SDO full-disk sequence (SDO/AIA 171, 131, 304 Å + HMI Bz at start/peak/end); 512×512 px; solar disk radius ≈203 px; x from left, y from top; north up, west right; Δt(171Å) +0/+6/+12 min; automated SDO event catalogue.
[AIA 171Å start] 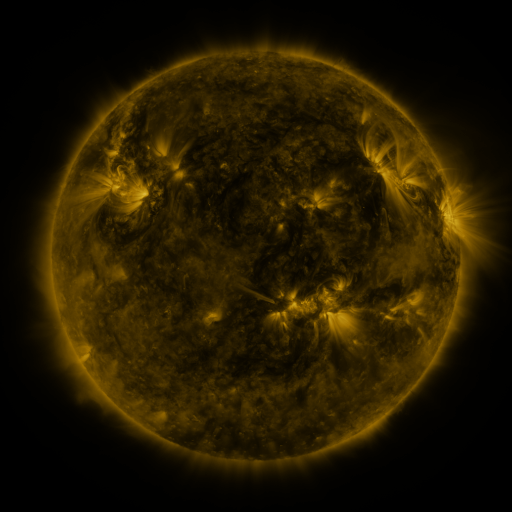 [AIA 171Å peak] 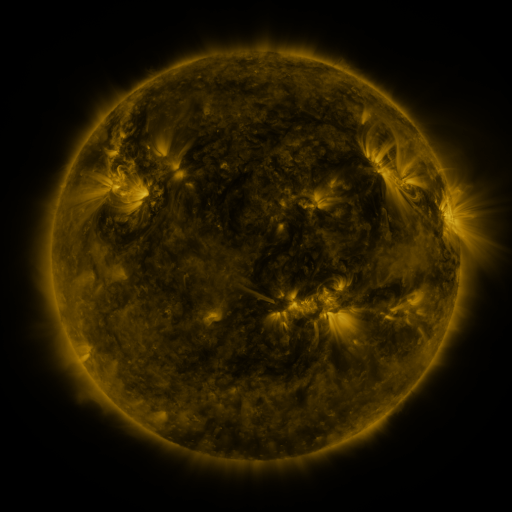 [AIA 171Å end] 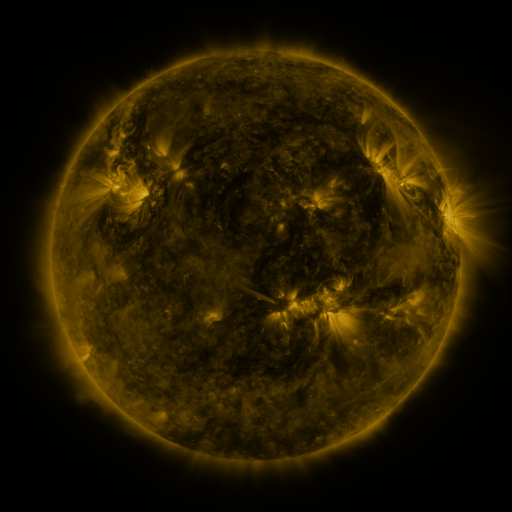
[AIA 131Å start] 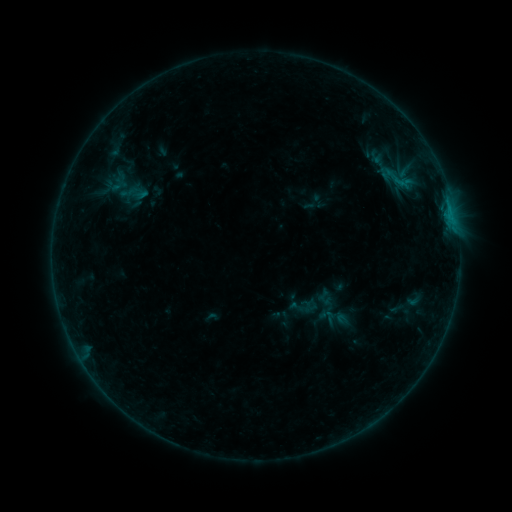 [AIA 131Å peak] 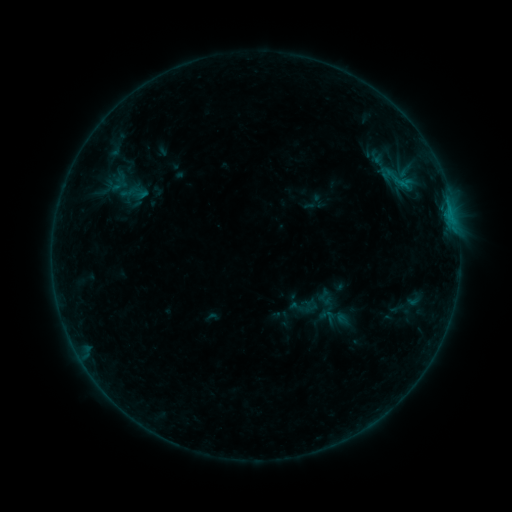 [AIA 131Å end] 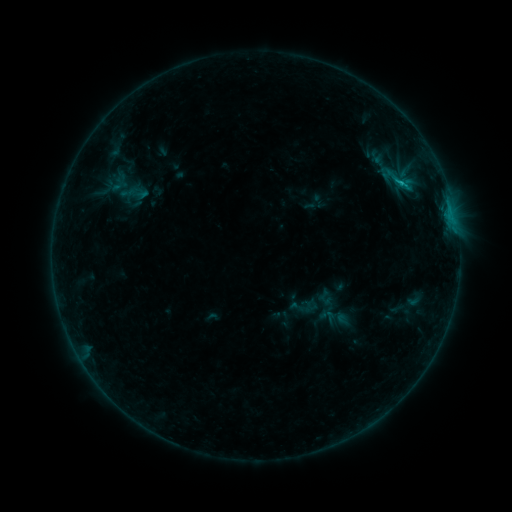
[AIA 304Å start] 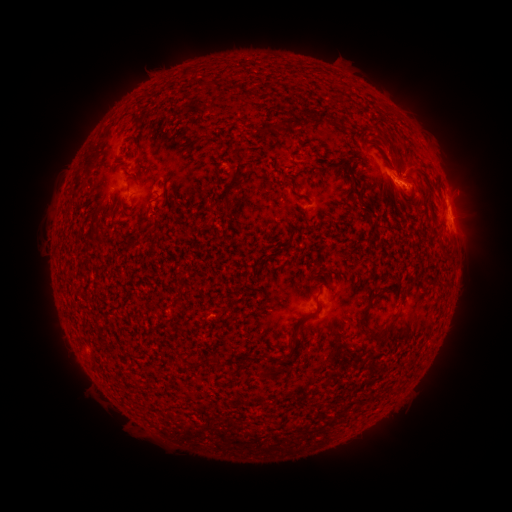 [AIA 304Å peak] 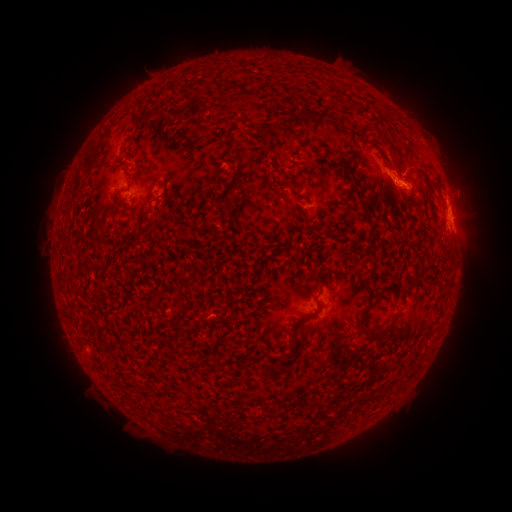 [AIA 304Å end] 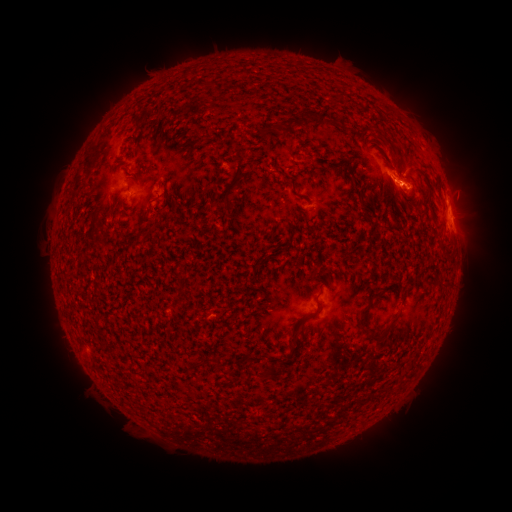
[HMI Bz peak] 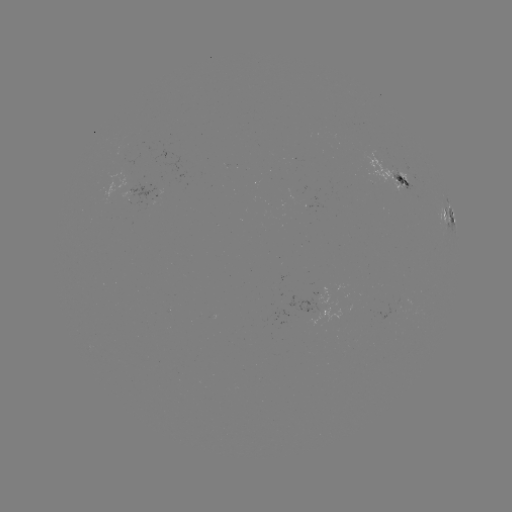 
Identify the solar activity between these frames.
B7.6 flare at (450, 221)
